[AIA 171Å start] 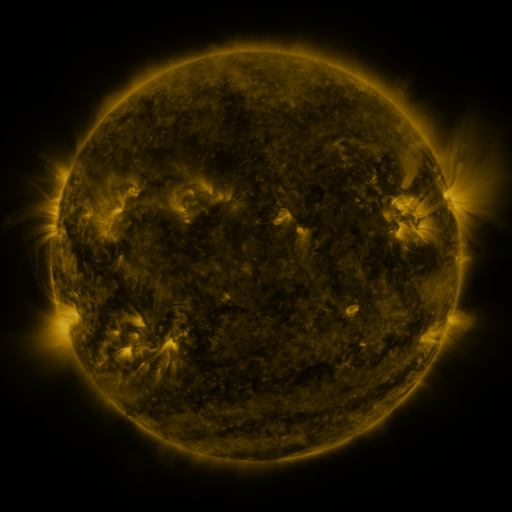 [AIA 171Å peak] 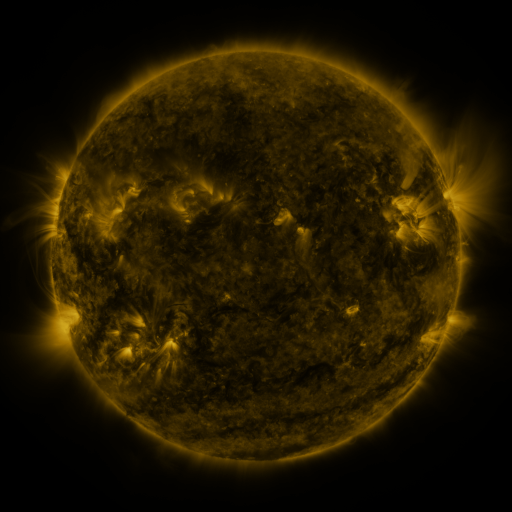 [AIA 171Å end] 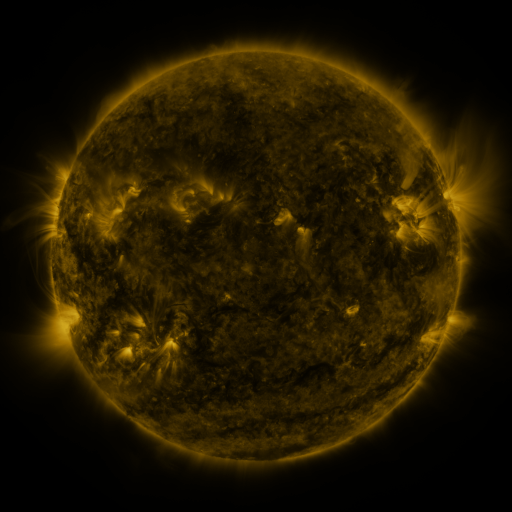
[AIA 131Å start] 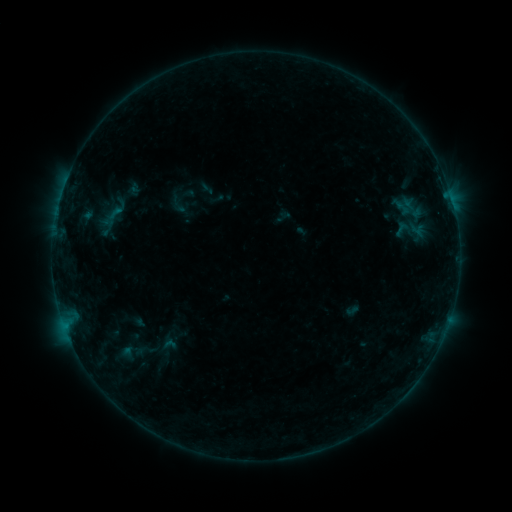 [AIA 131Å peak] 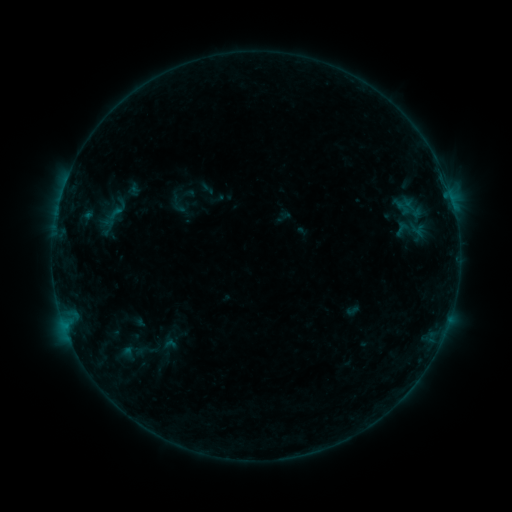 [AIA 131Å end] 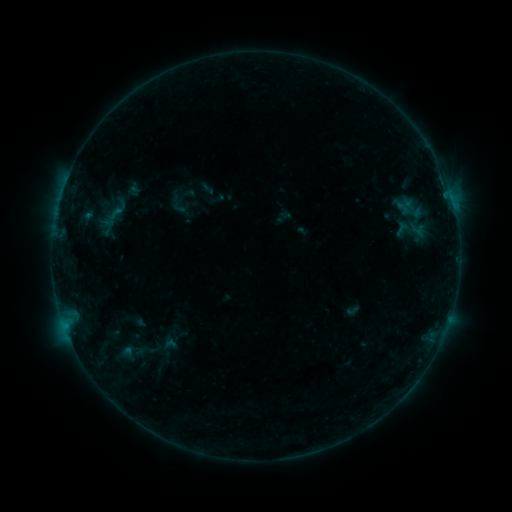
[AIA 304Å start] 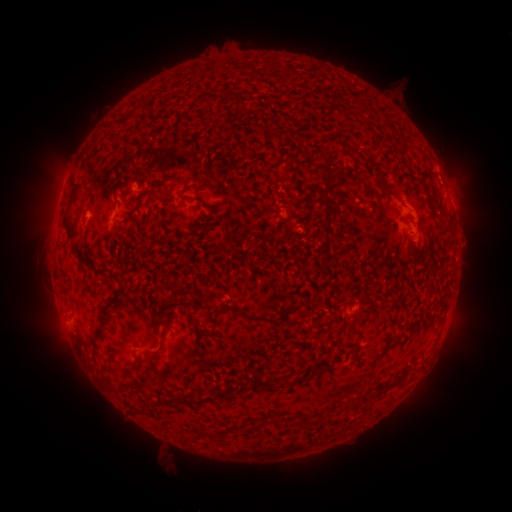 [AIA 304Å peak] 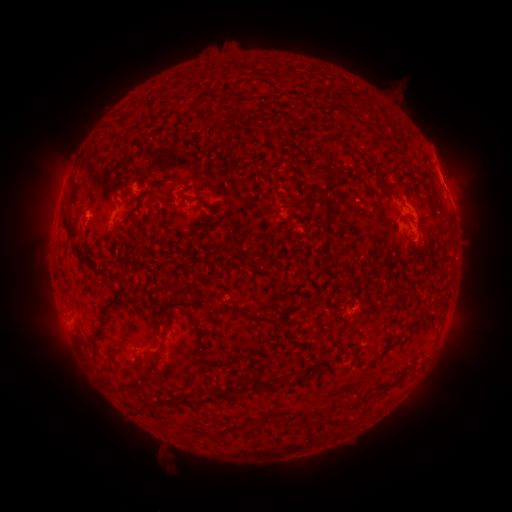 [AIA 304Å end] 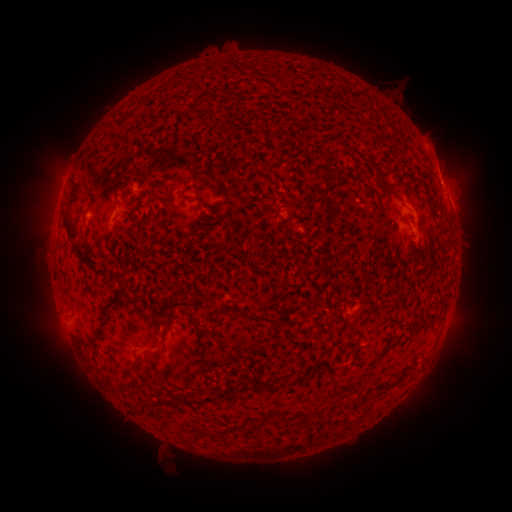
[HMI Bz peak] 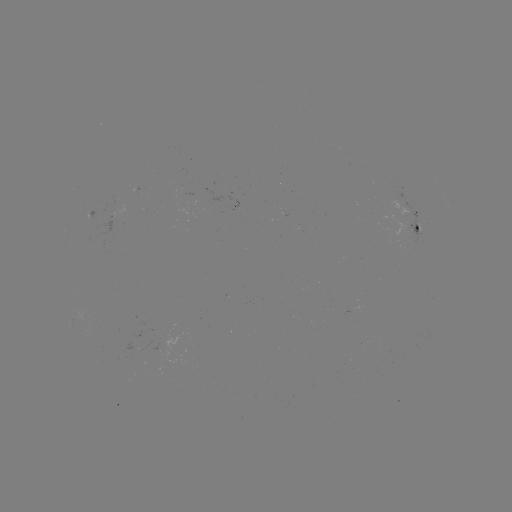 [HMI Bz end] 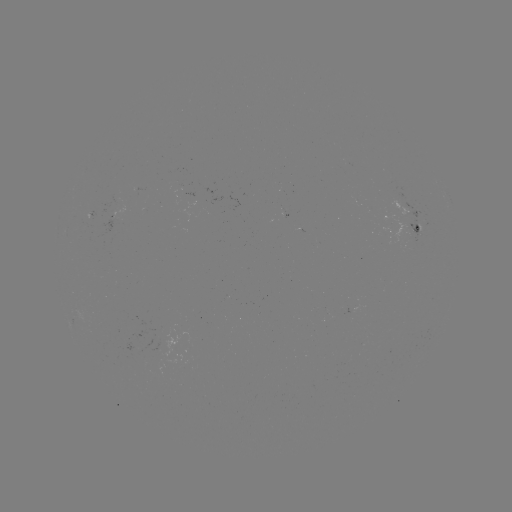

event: eruption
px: (450, 171)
